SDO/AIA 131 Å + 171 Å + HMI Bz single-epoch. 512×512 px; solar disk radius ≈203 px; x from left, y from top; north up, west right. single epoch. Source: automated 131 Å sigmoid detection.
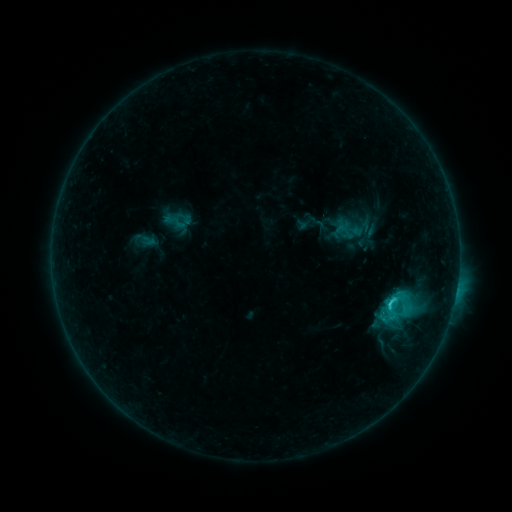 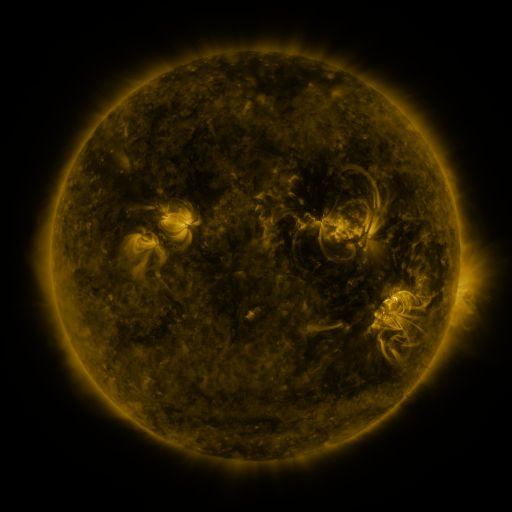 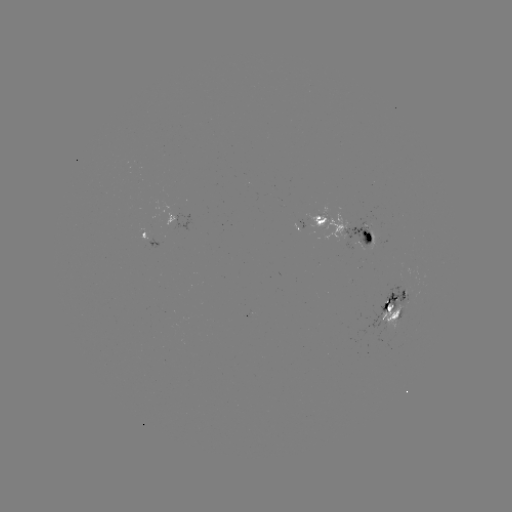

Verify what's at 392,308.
sigmoid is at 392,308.